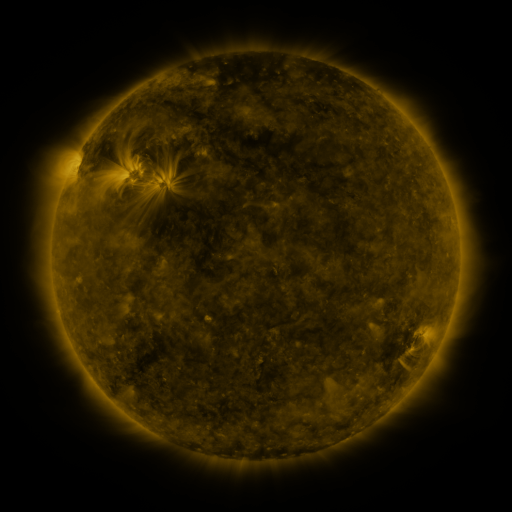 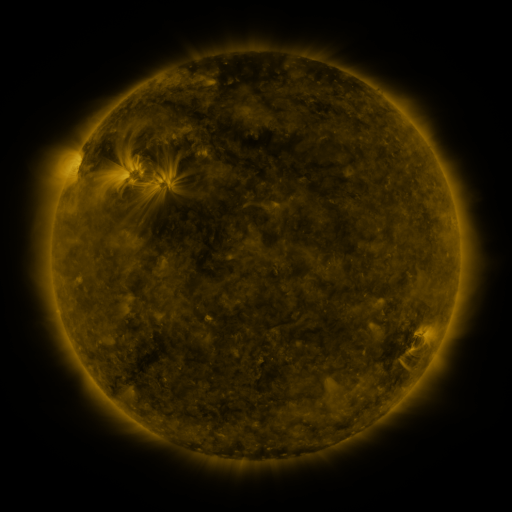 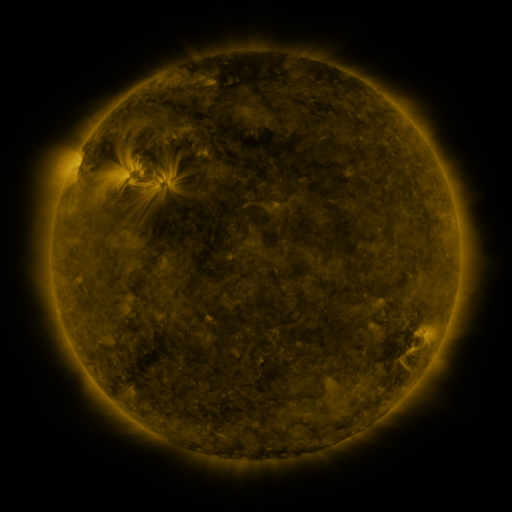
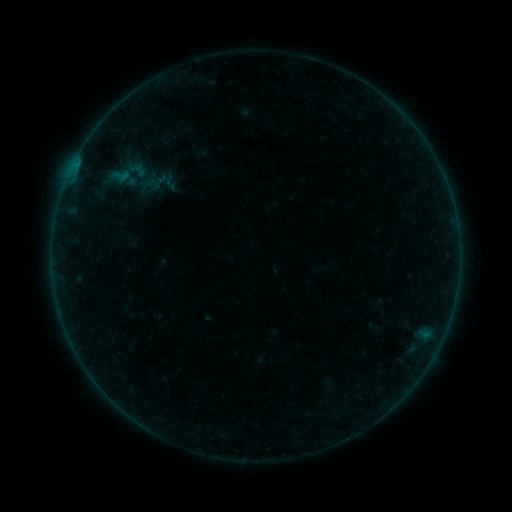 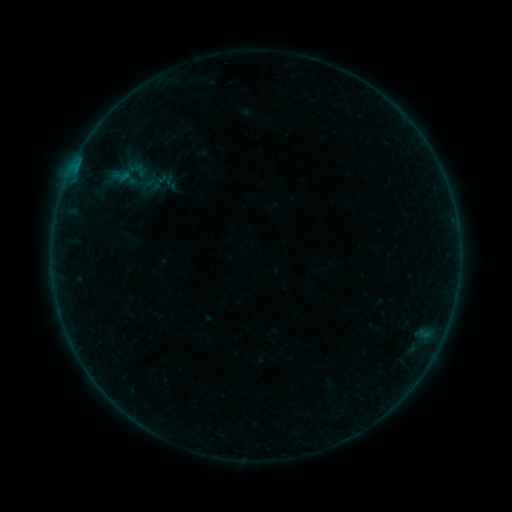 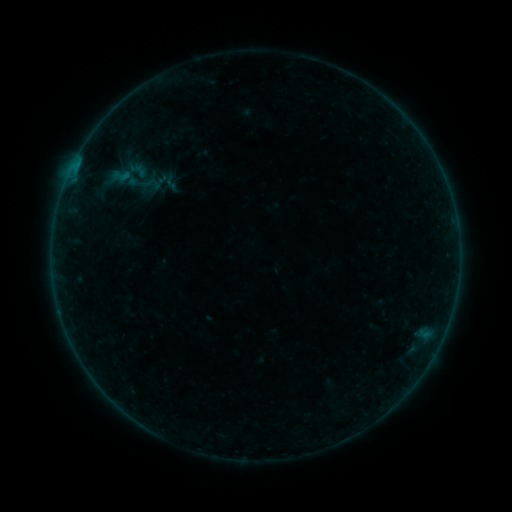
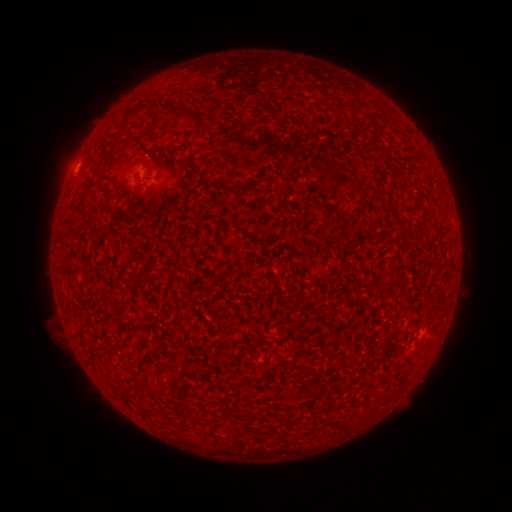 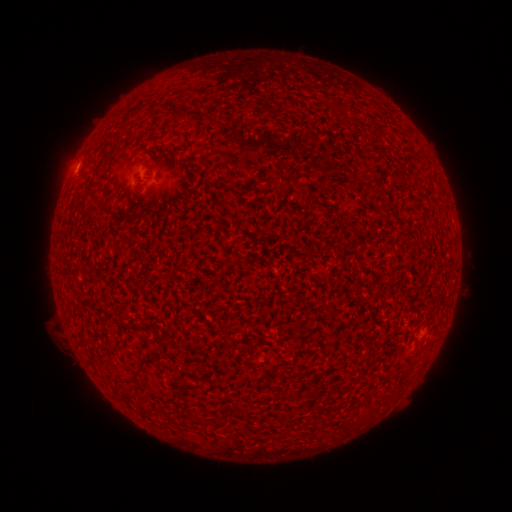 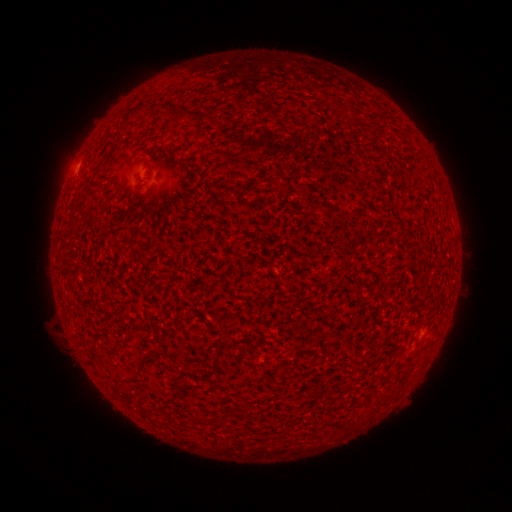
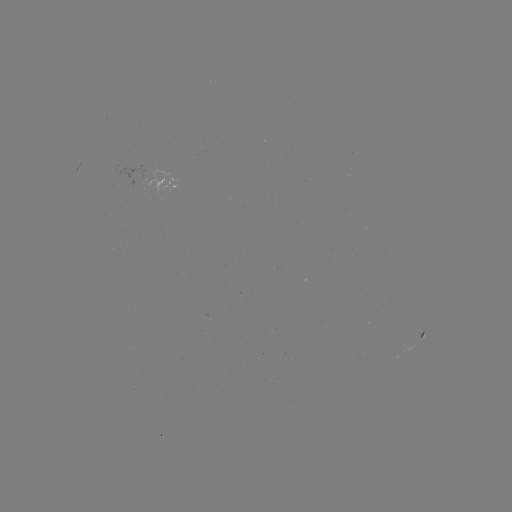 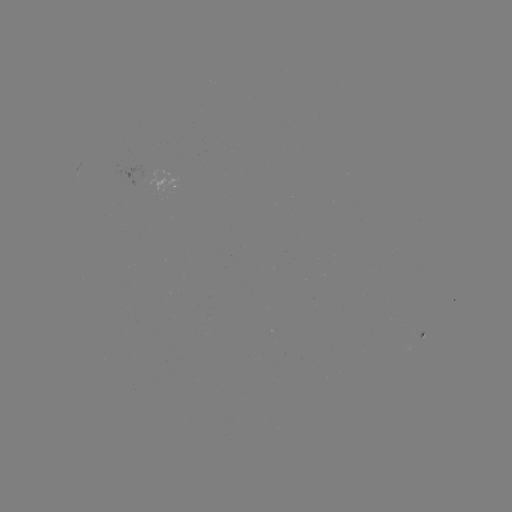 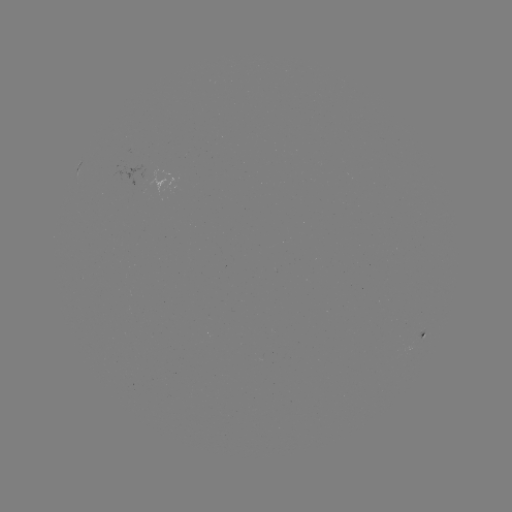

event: flare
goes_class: A4.7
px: (73, 168)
